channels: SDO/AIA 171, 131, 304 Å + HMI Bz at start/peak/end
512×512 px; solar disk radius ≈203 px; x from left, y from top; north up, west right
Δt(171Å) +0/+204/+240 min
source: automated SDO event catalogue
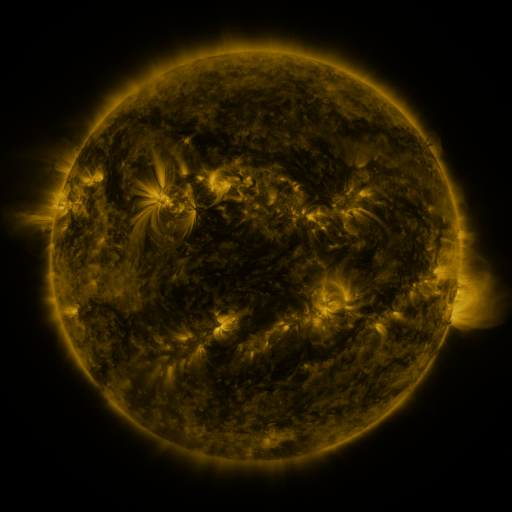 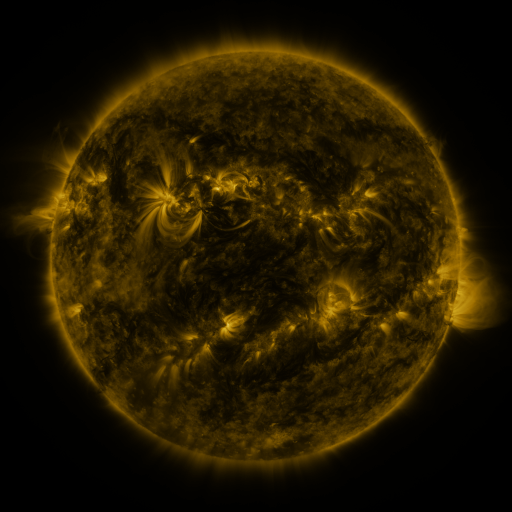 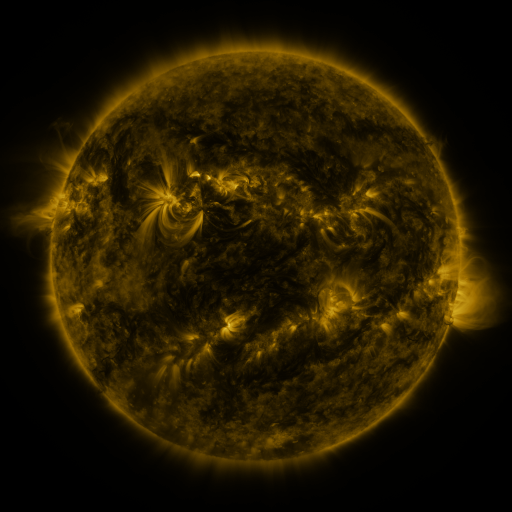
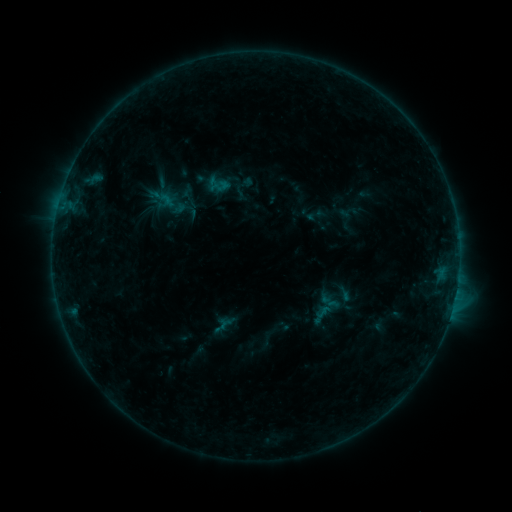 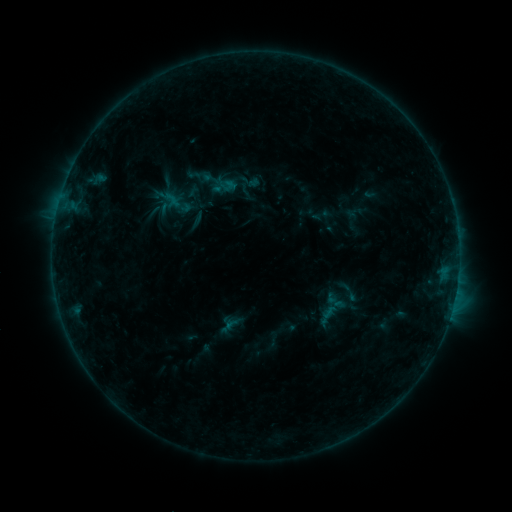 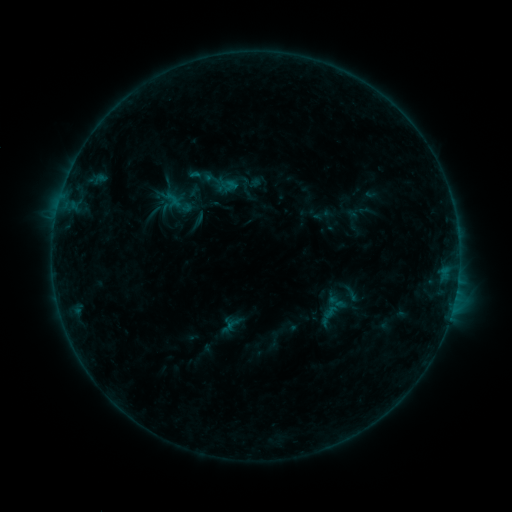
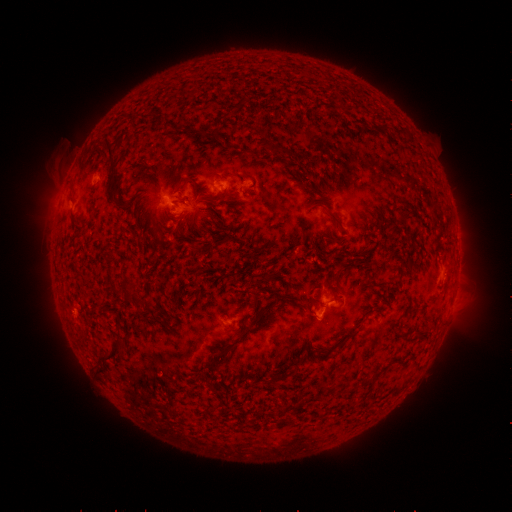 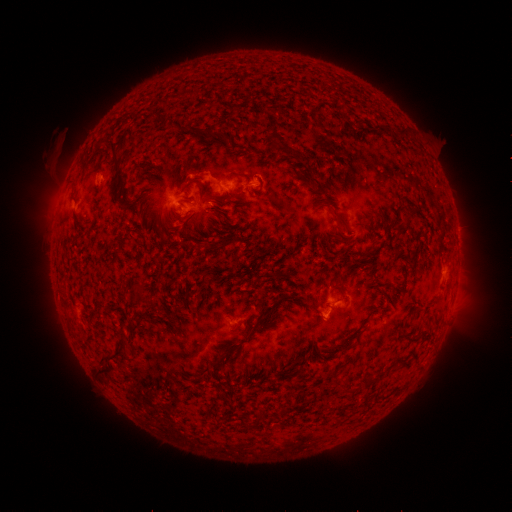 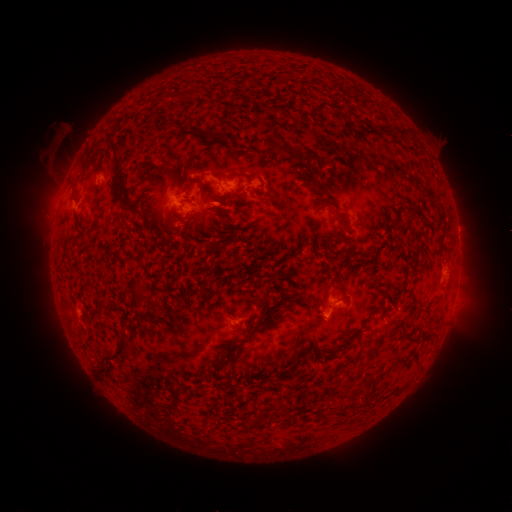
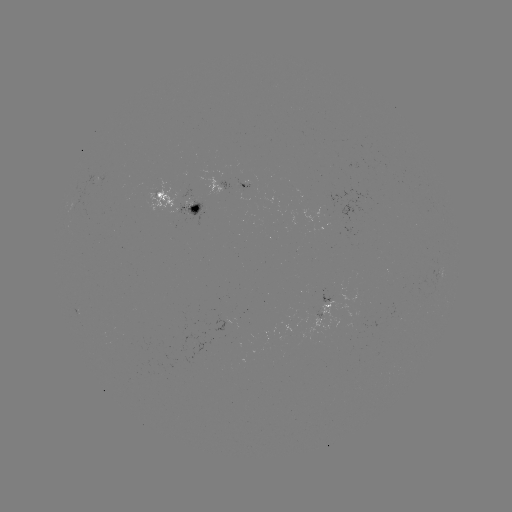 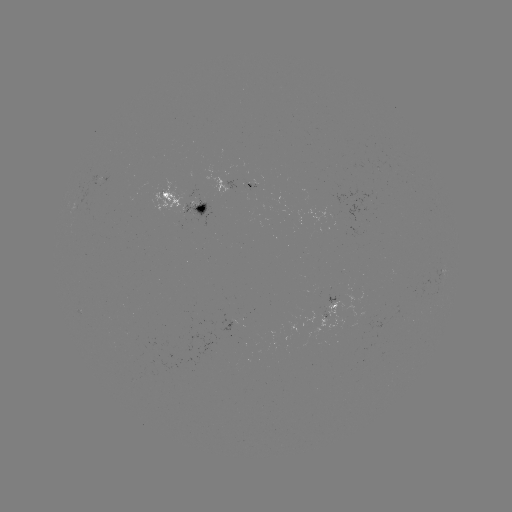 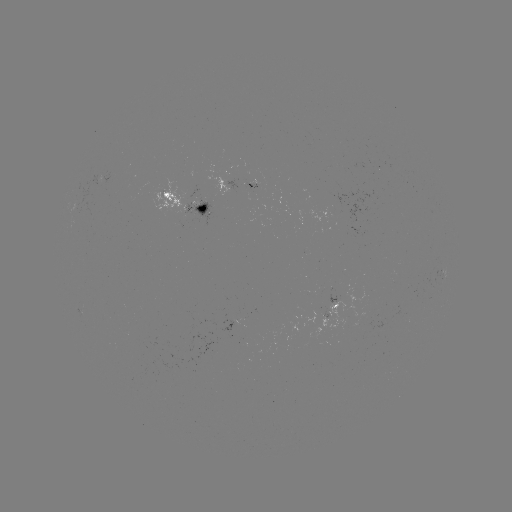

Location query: emerging-flux region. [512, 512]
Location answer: [201, 204].